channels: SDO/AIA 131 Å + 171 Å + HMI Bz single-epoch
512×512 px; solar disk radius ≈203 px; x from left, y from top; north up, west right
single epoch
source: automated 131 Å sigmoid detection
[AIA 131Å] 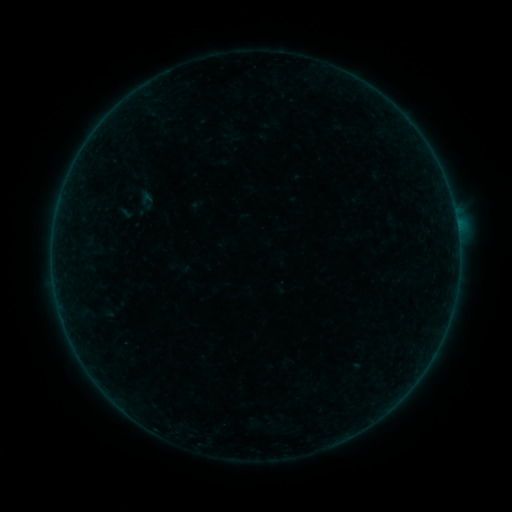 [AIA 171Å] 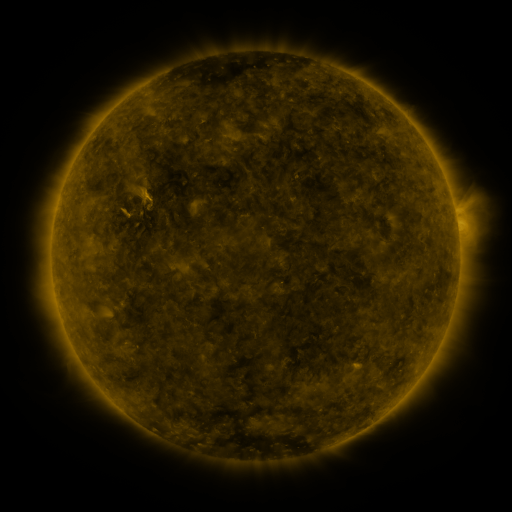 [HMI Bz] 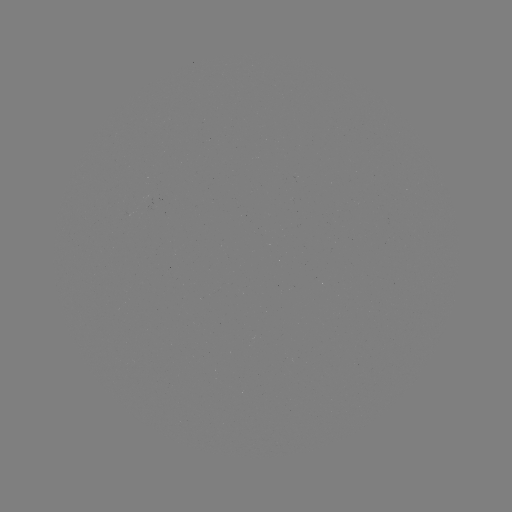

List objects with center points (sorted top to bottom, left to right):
sigmoid: <bbox>136, 190, 157, 211</bbox>
